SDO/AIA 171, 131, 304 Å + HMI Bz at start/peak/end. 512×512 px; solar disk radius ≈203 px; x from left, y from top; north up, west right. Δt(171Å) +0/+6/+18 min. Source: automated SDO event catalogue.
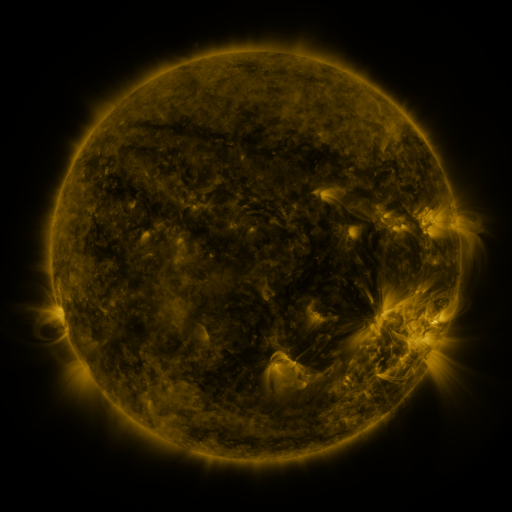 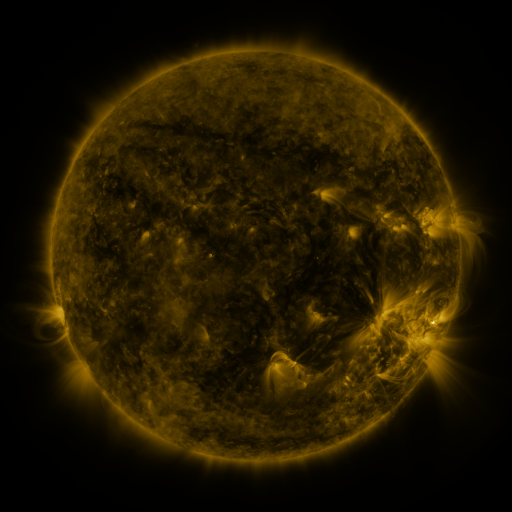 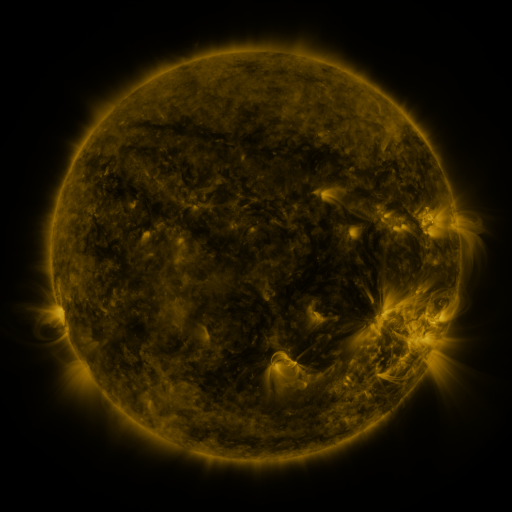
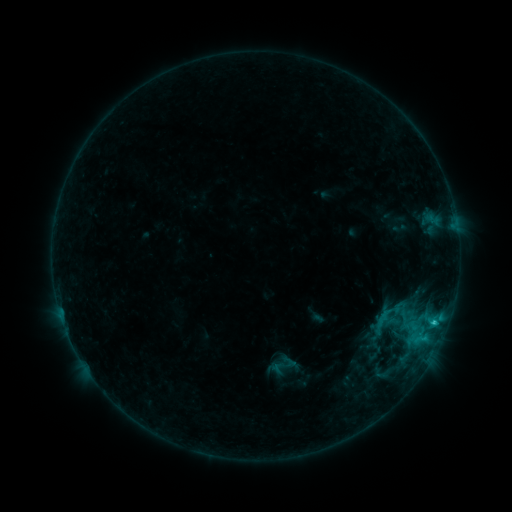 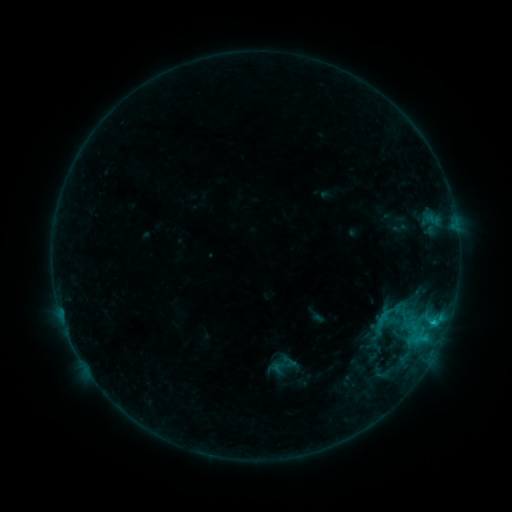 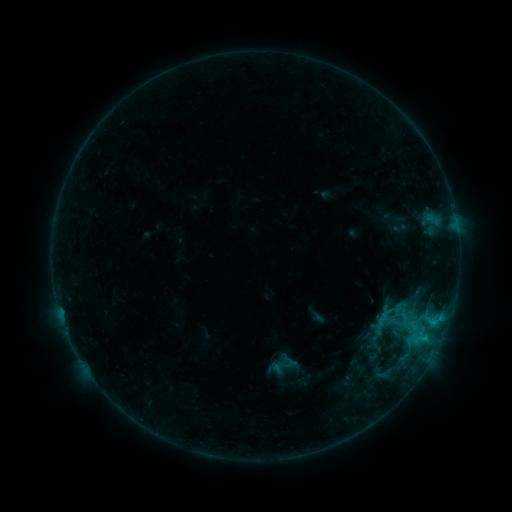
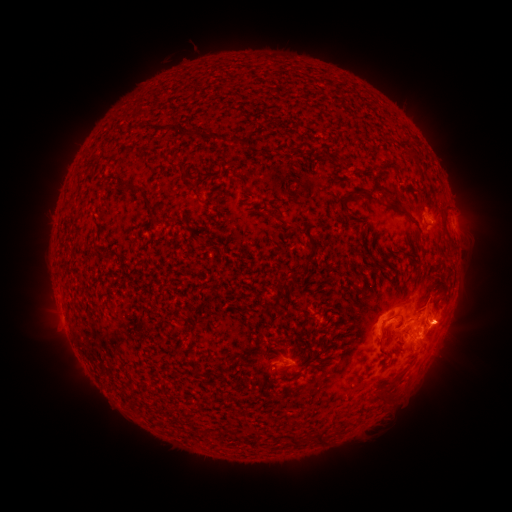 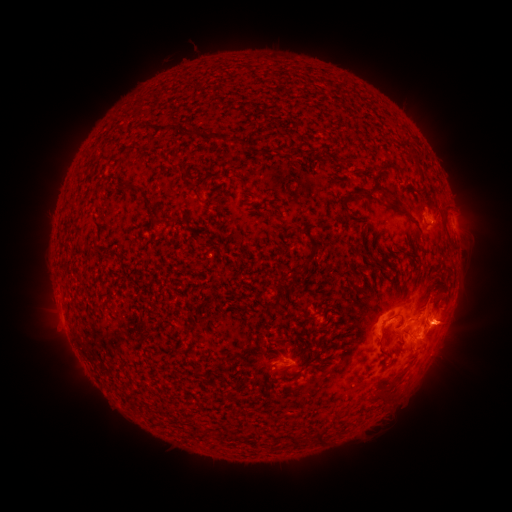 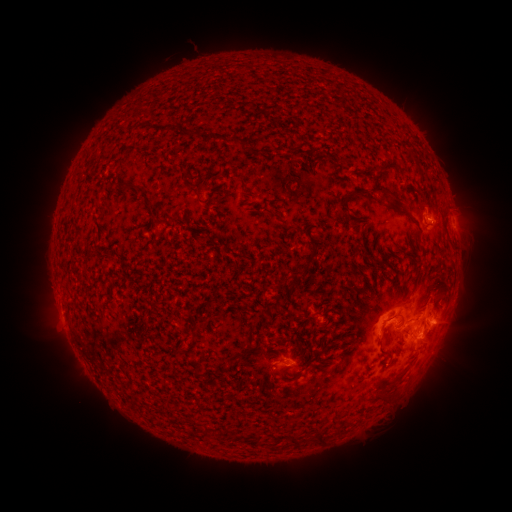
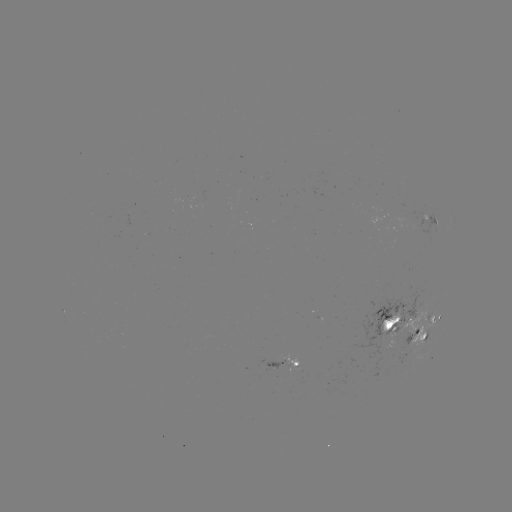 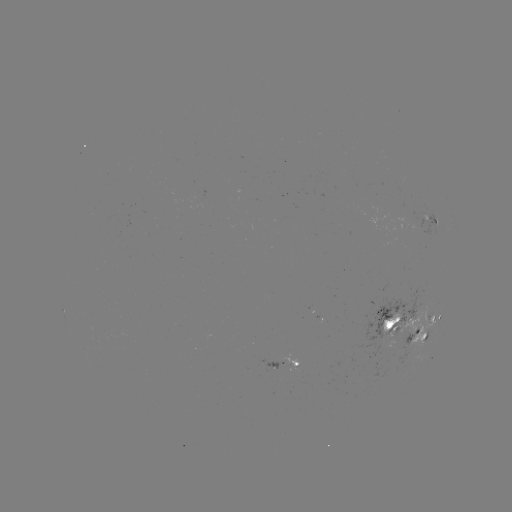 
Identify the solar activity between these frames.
C1.6 flare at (433, 321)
